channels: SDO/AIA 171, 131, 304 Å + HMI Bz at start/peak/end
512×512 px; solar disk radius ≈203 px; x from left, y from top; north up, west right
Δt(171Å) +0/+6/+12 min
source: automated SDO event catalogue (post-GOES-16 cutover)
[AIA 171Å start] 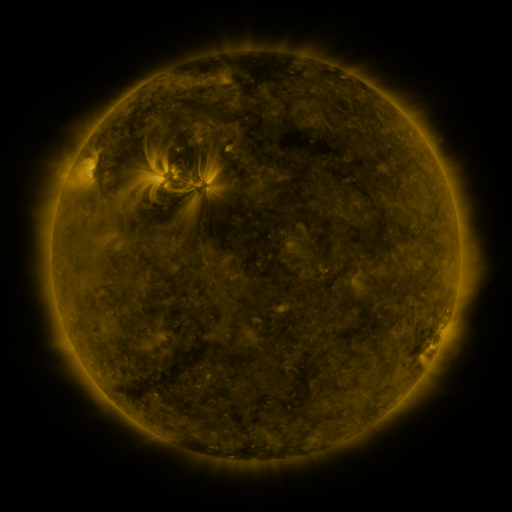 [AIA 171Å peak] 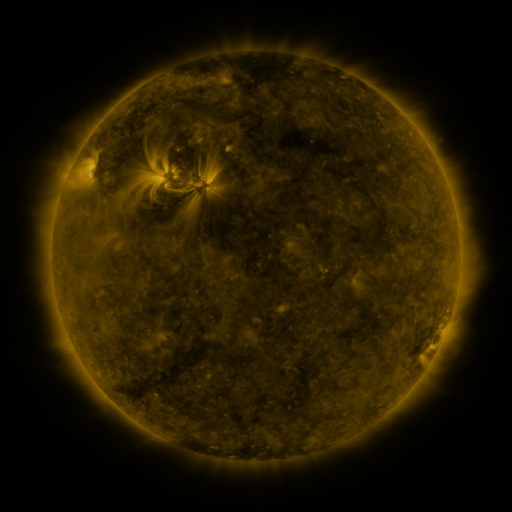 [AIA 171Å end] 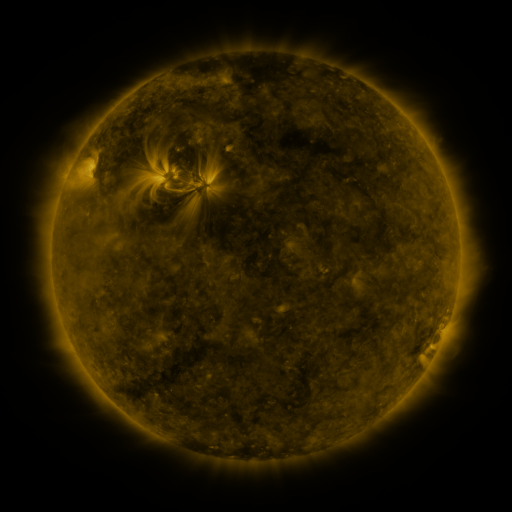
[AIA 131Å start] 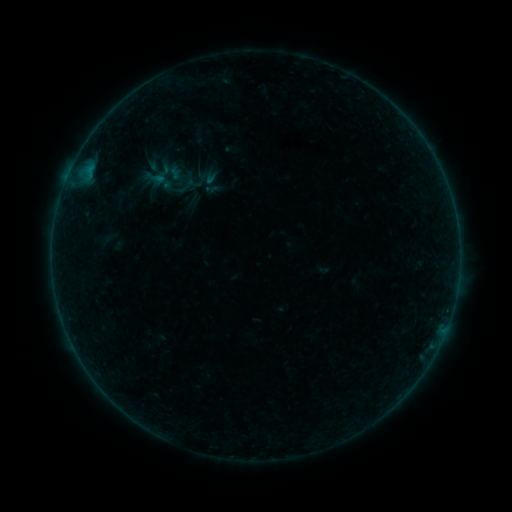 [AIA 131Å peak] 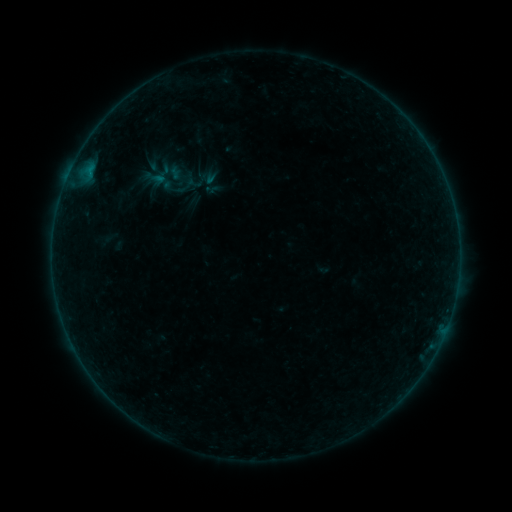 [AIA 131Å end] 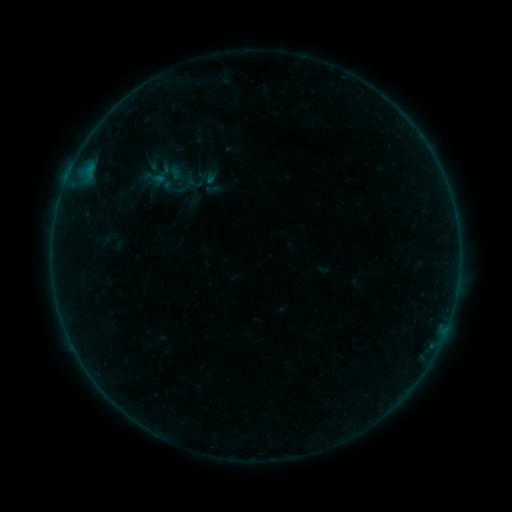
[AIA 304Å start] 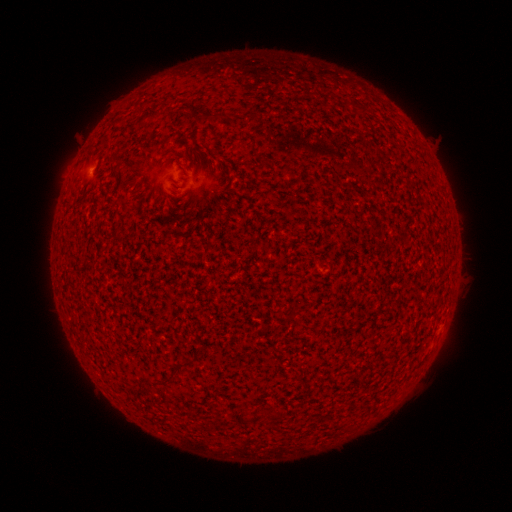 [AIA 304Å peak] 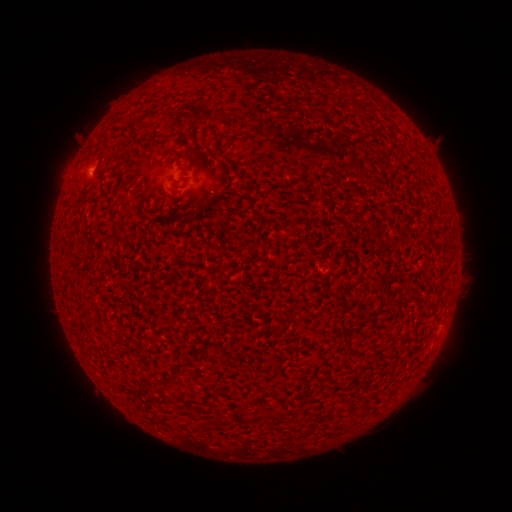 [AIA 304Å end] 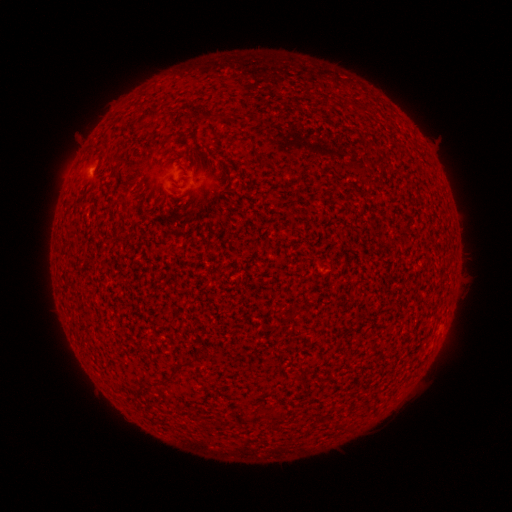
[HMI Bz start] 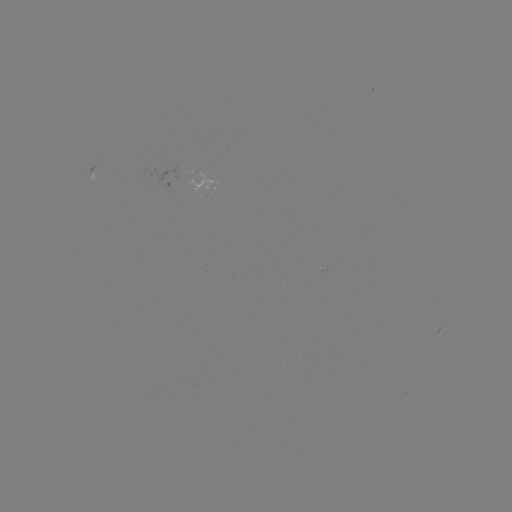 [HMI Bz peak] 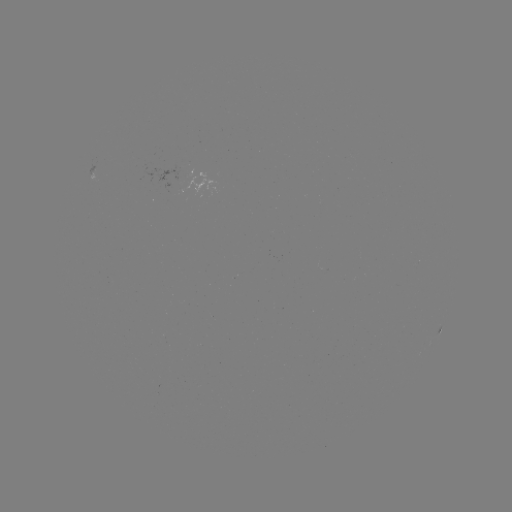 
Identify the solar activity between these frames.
A6.1 flare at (90, 171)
